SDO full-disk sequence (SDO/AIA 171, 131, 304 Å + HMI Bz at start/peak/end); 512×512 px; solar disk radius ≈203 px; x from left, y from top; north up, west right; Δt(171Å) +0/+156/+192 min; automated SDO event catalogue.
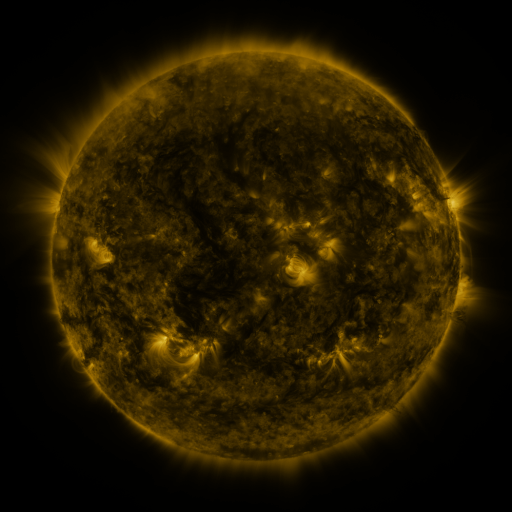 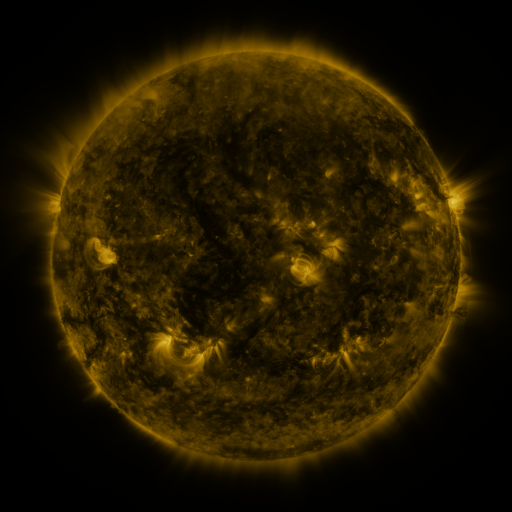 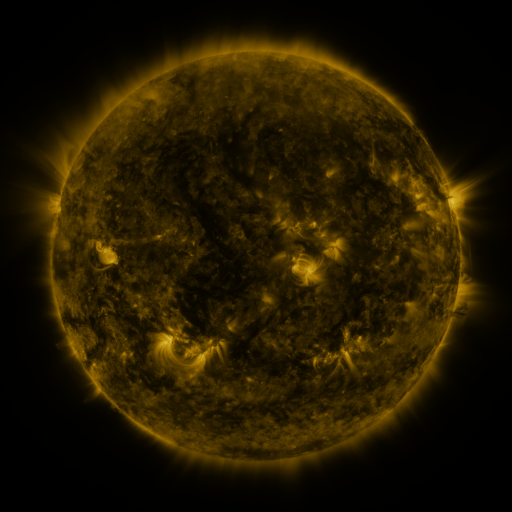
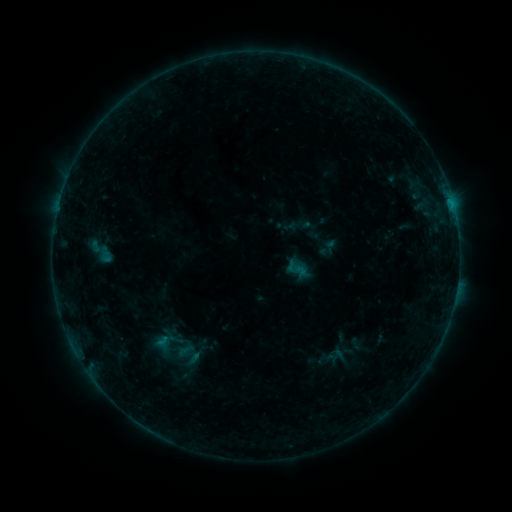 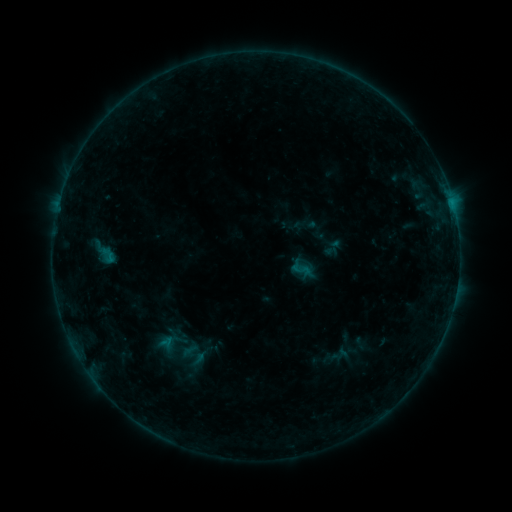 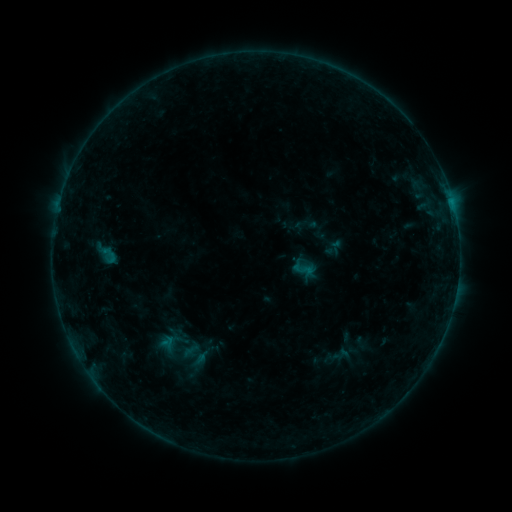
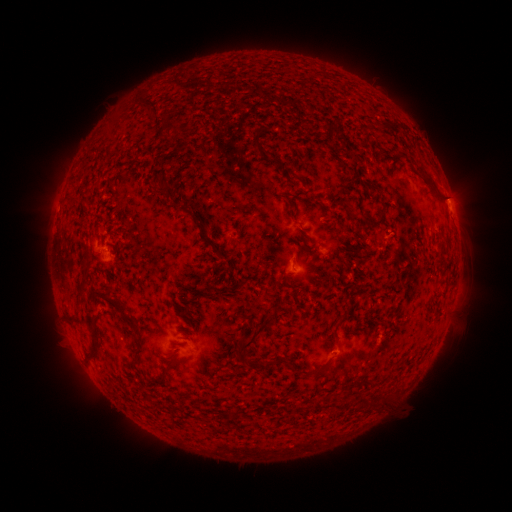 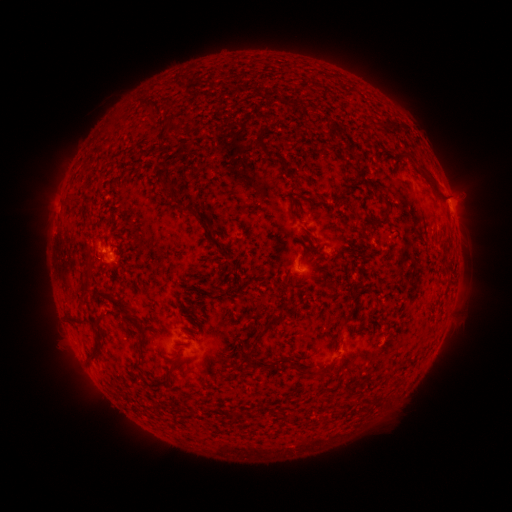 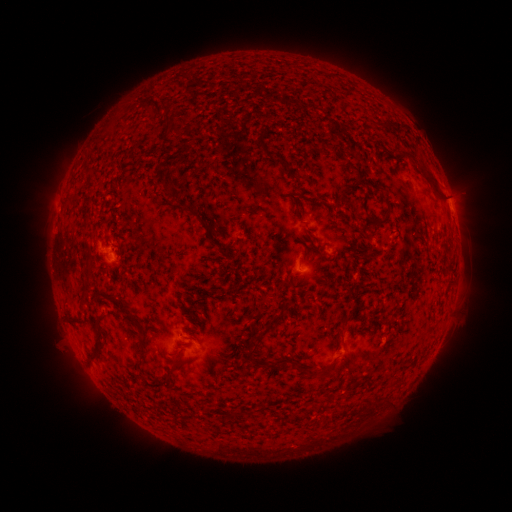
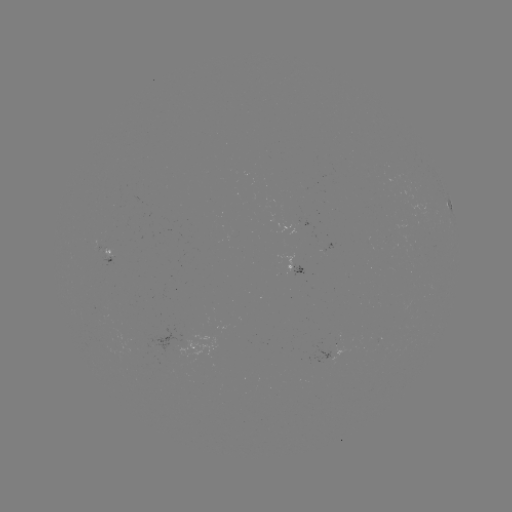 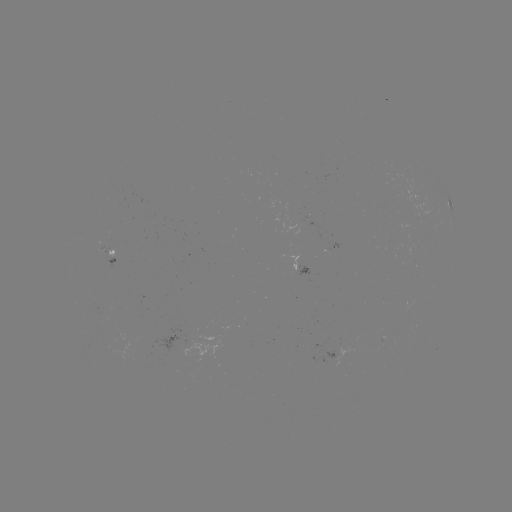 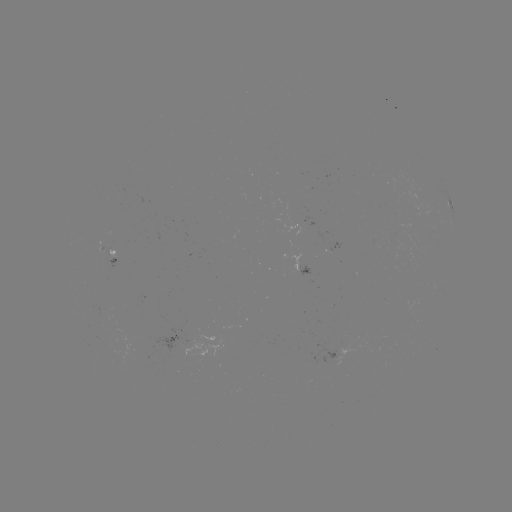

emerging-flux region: (374, 341, 382, 351)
